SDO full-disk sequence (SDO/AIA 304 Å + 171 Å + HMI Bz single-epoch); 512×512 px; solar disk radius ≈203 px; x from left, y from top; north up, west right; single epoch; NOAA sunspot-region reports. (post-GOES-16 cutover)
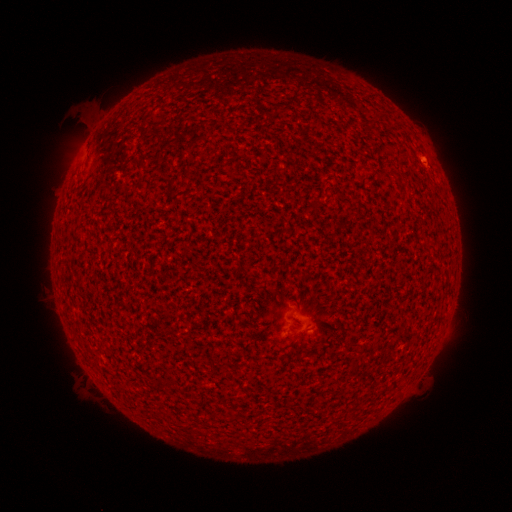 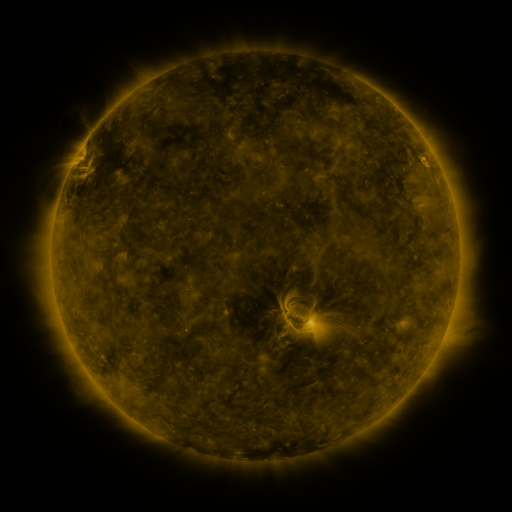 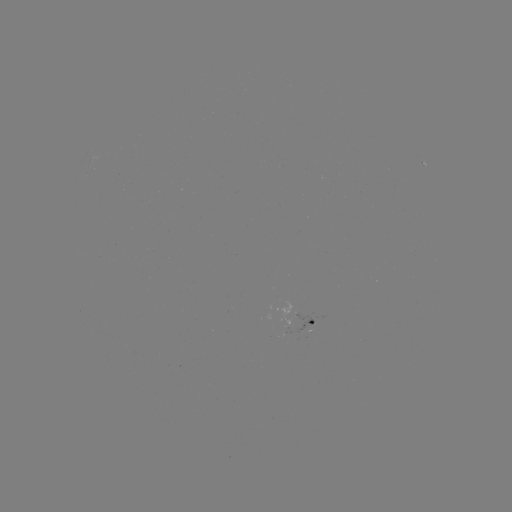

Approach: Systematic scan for spotted active region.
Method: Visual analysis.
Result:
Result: spotted active region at [310, 319].